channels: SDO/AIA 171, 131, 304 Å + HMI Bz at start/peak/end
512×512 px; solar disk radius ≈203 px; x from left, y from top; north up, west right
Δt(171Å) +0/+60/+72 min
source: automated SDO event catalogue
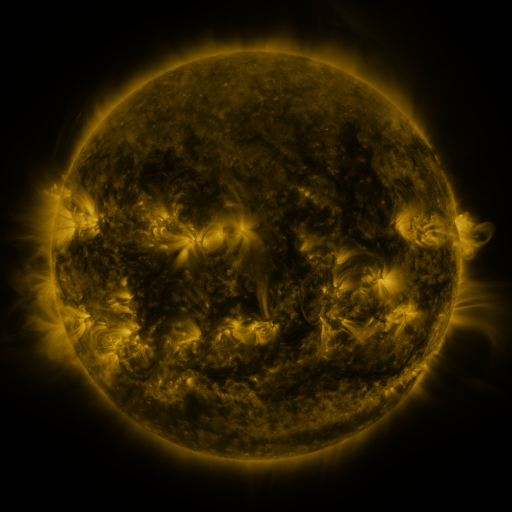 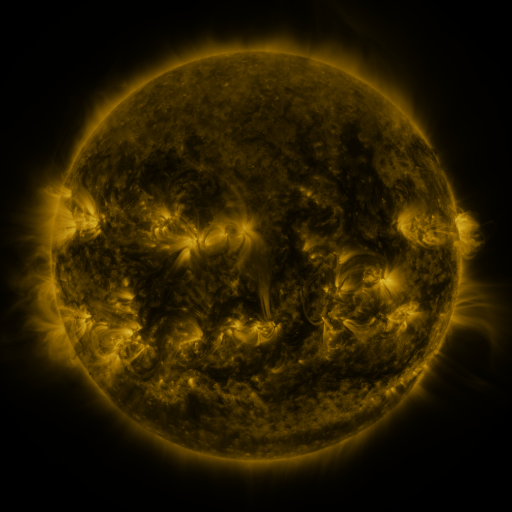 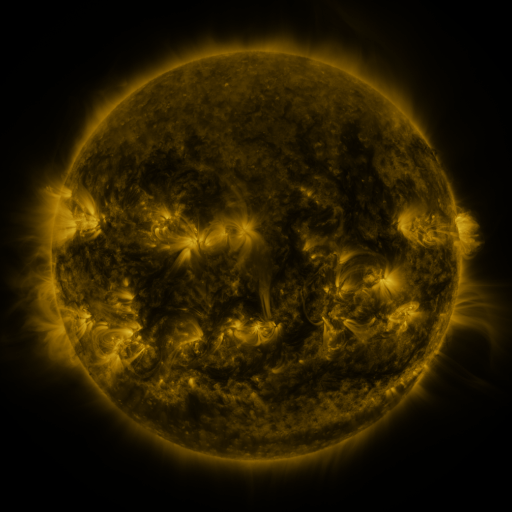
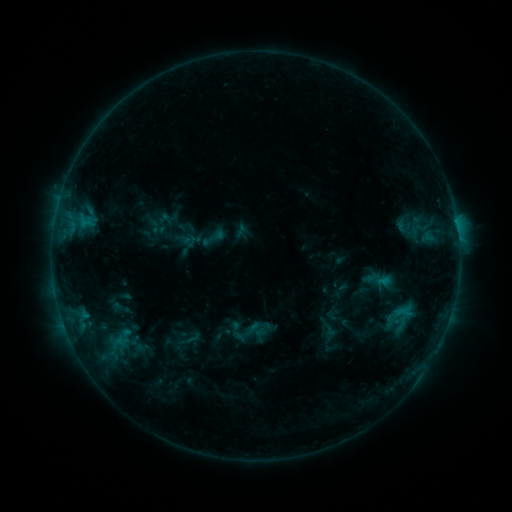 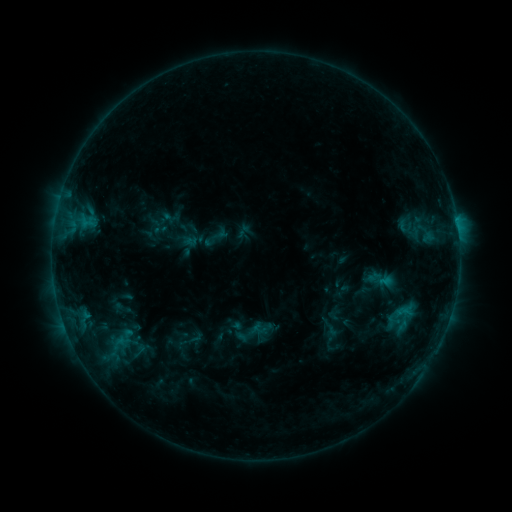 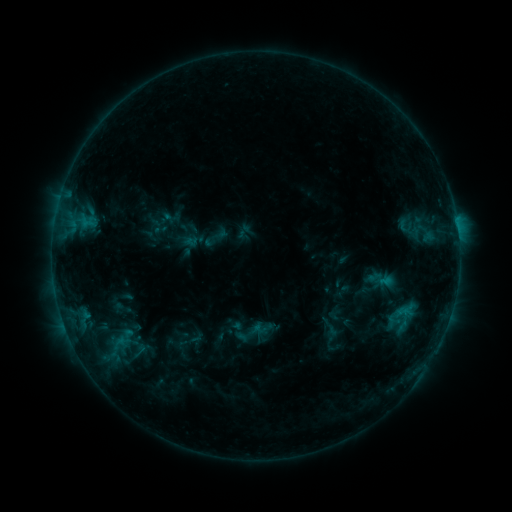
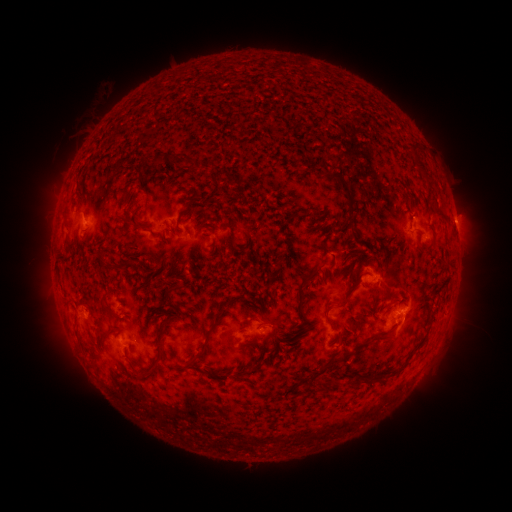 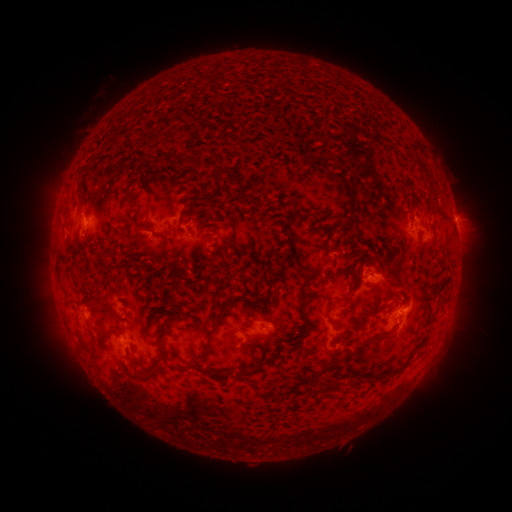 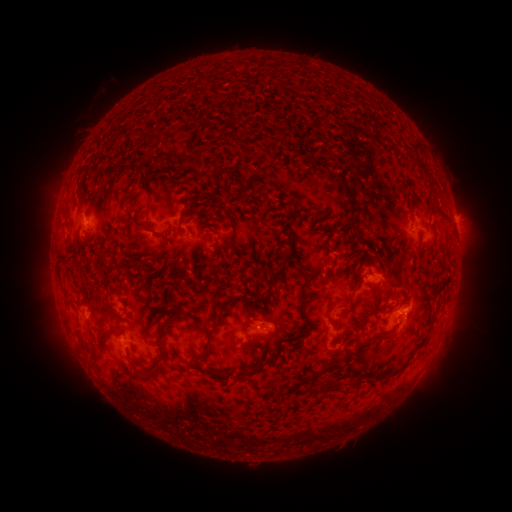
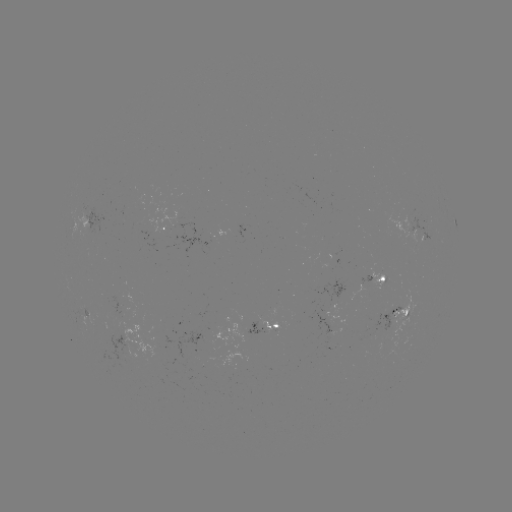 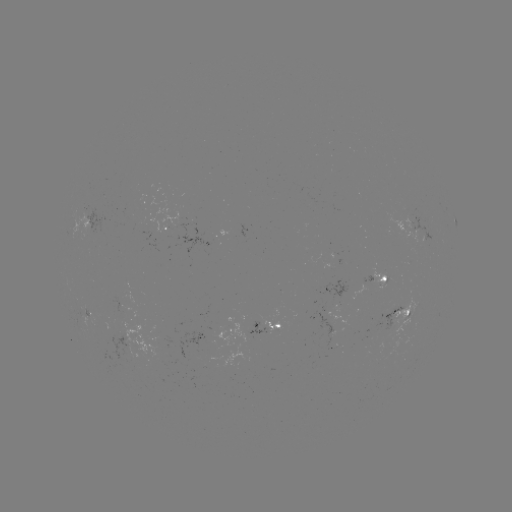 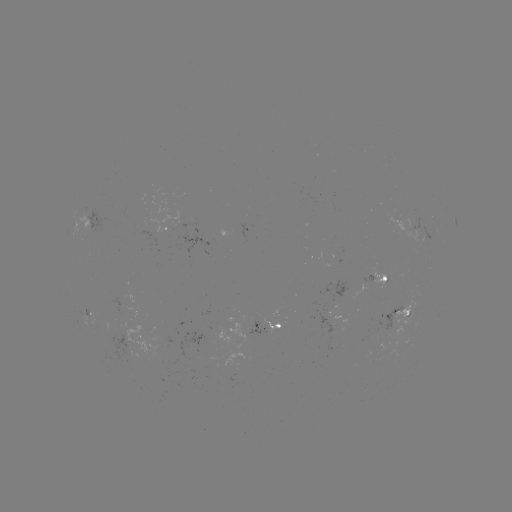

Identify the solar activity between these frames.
emerging-flux region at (408, 225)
